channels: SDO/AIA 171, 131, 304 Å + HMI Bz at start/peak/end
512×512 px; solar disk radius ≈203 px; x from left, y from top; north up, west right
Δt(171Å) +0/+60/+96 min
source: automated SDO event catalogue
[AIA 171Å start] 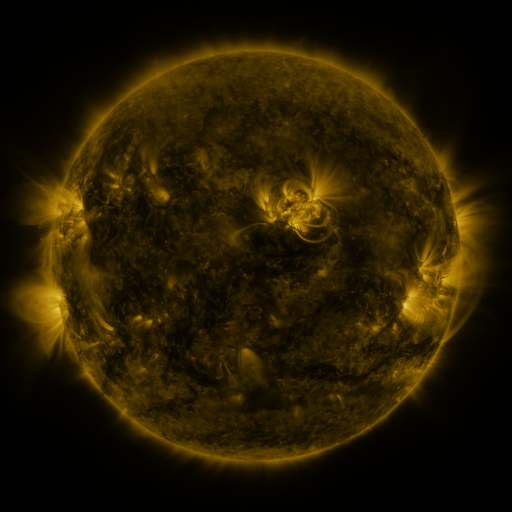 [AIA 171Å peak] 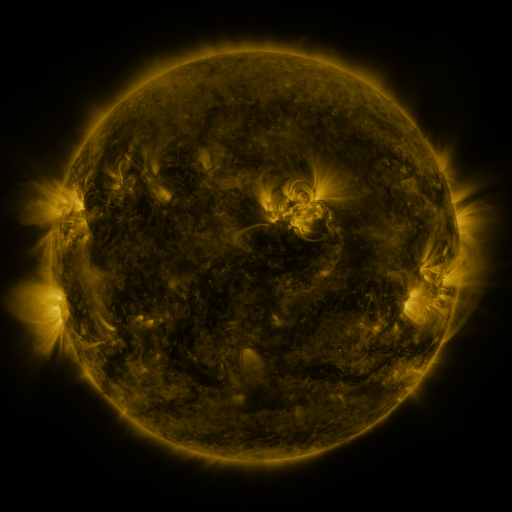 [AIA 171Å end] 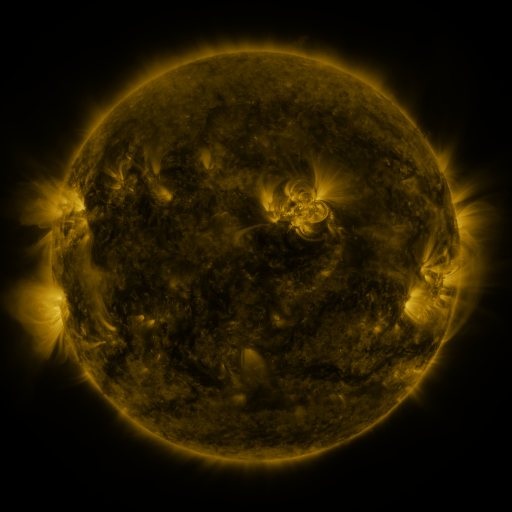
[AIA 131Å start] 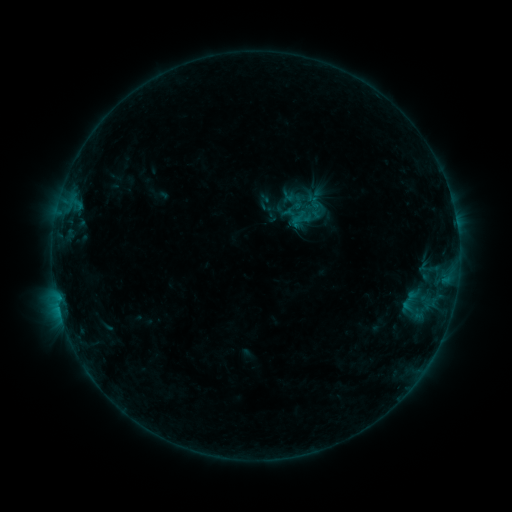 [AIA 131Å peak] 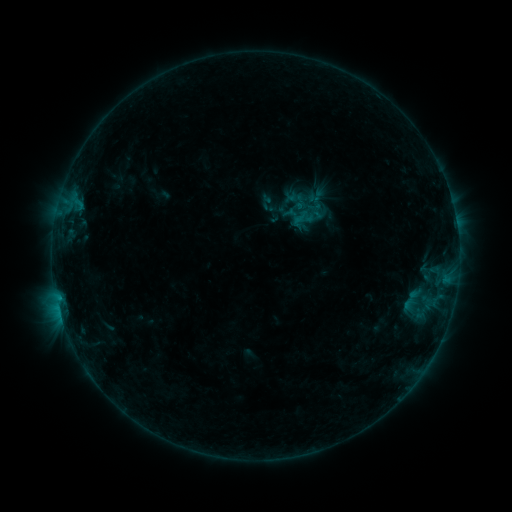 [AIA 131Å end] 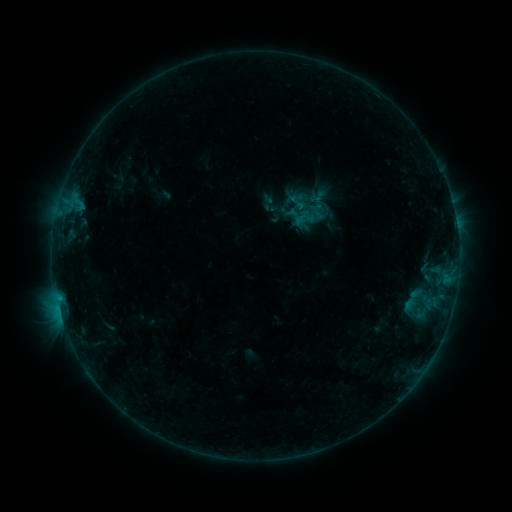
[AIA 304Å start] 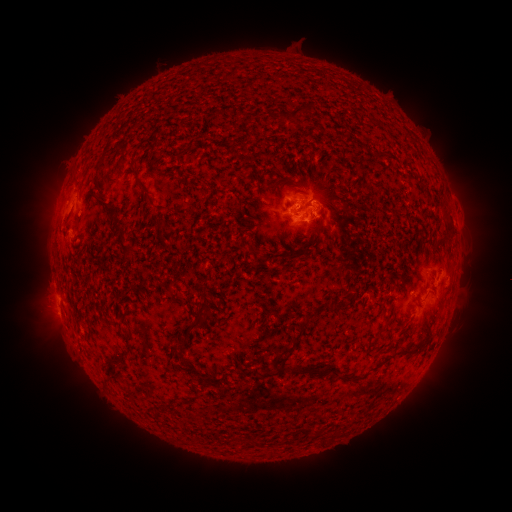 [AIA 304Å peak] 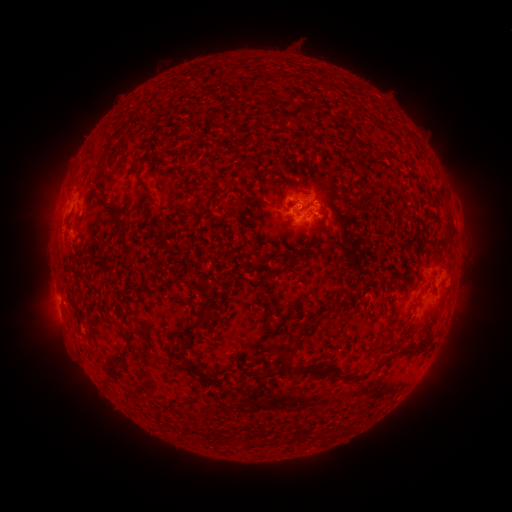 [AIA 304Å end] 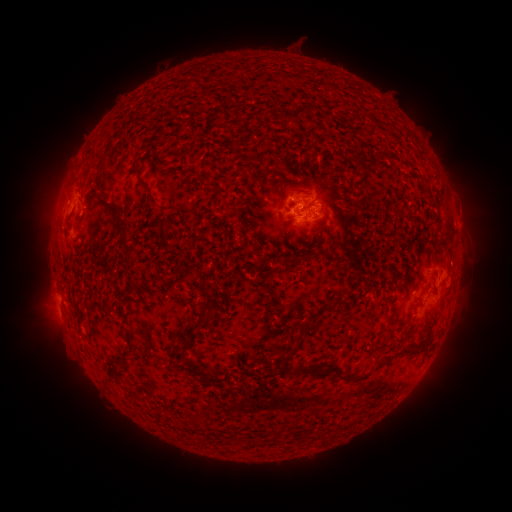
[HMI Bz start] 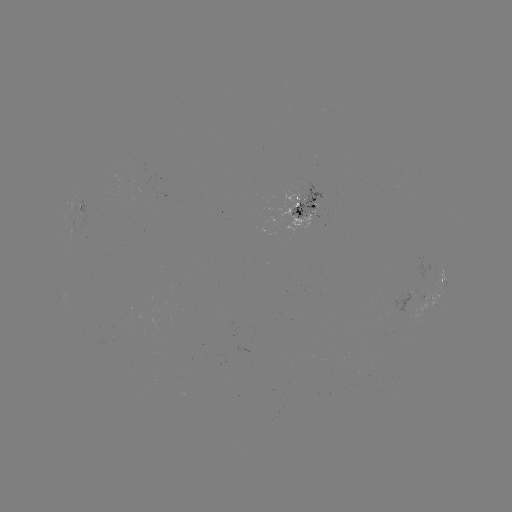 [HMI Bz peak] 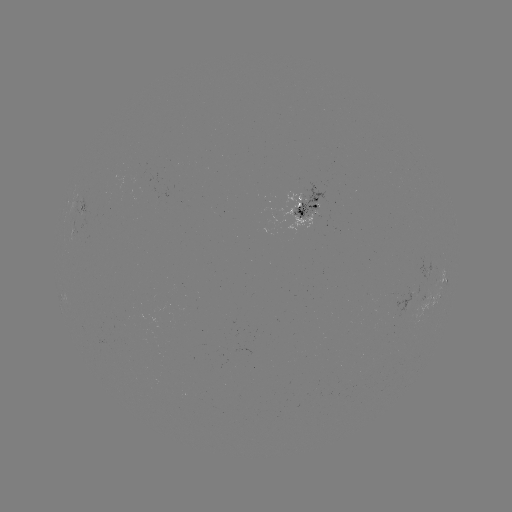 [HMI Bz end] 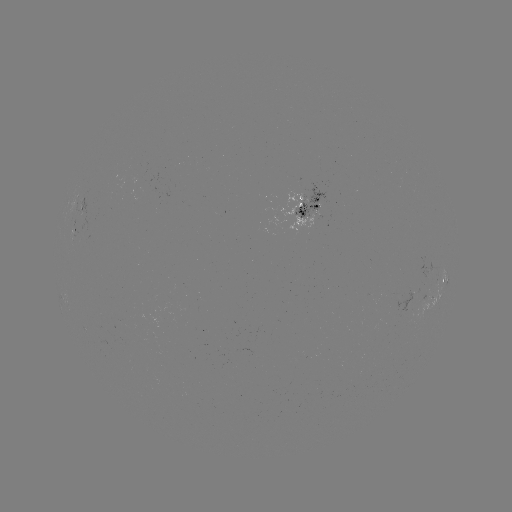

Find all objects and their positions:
emerging-flux region: (406, 304)
